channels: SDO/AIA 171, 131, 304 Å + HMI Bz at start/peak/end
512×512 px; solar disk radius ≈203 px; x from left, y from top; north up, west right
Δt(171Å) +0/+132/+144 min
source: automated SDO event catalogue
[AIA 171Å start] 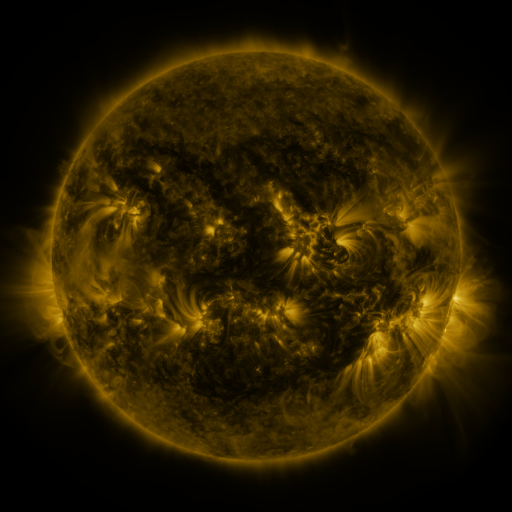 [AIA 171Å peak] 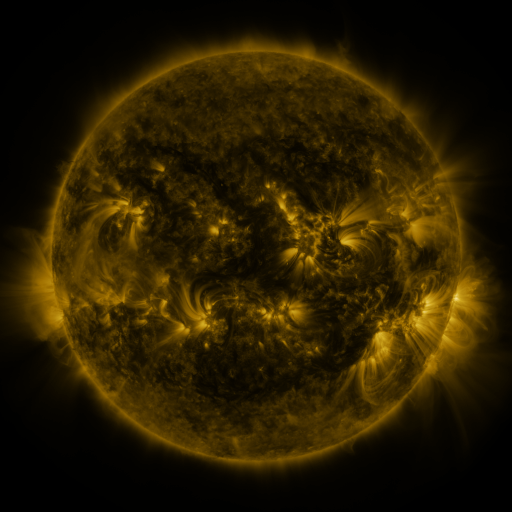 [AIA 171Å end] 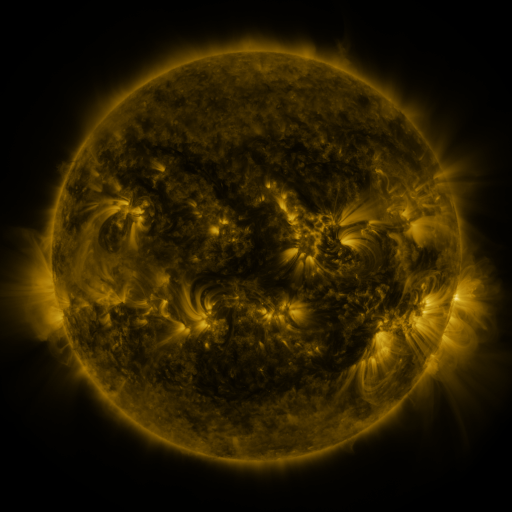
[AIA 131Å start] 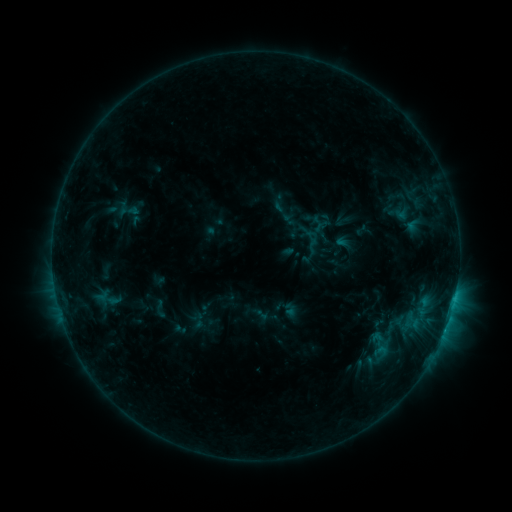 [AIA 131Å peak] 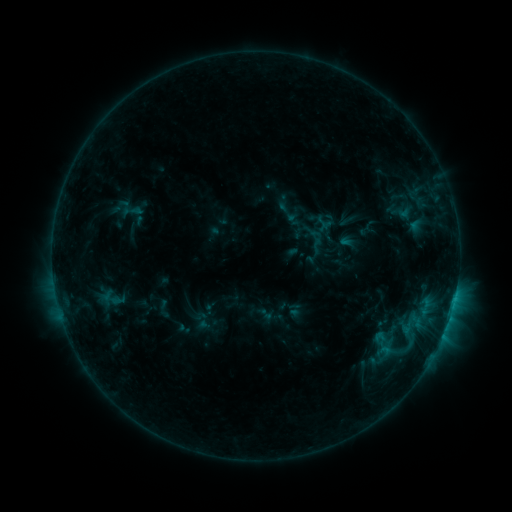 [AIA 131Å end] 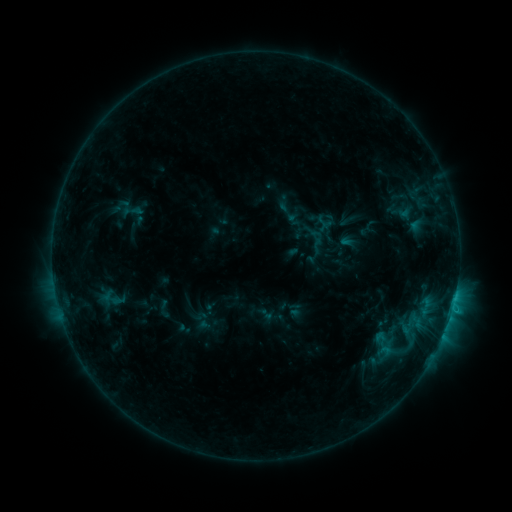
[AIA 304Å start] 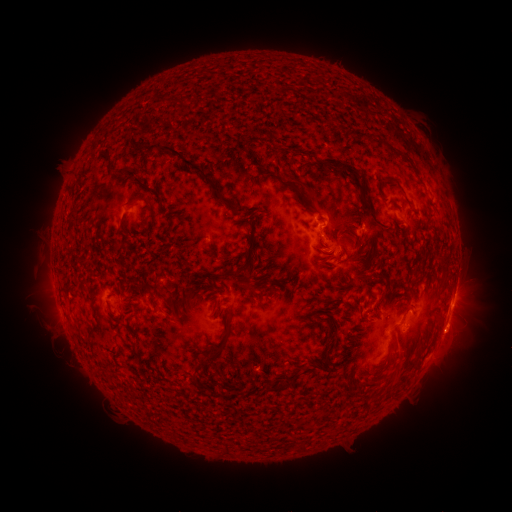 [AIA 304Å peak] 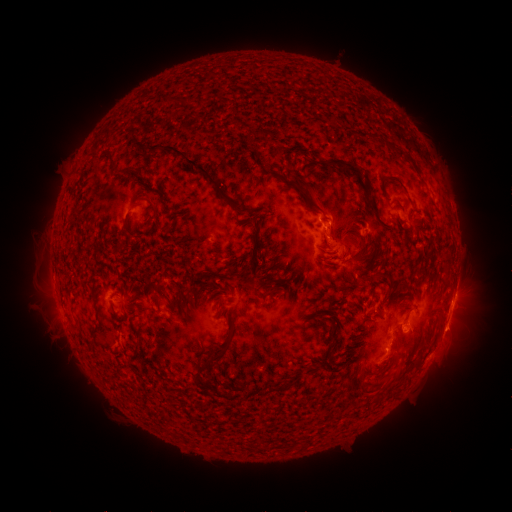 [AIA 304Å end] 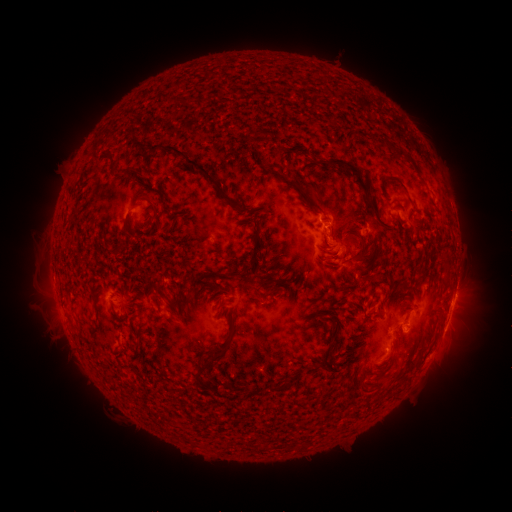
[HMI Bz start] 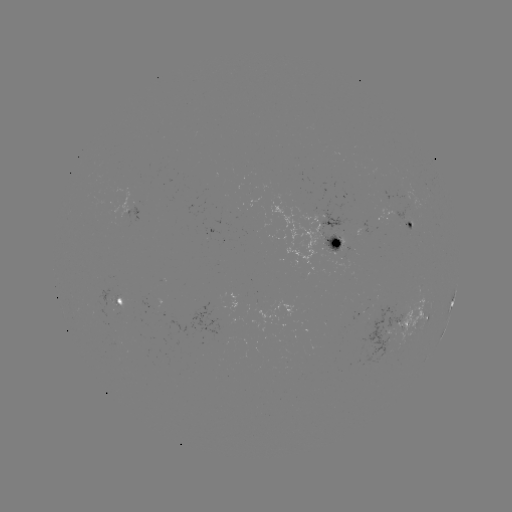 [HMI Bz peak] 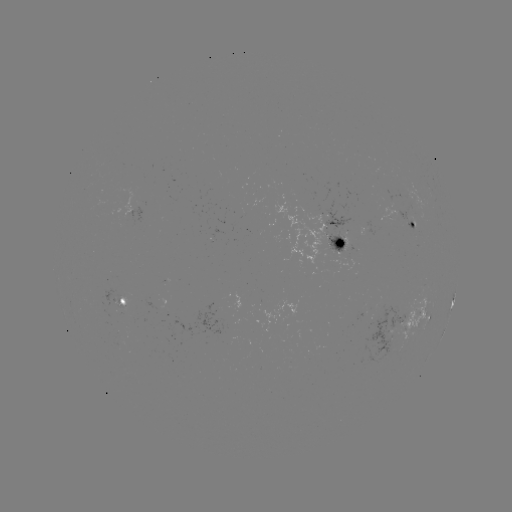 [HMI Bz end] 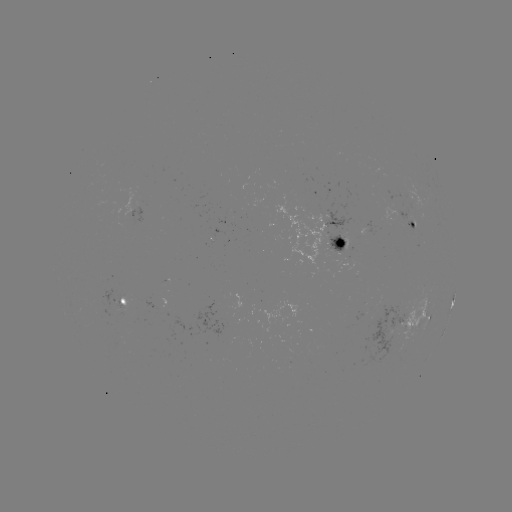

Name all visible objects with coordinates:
emerging-flux region: (374, 176)
